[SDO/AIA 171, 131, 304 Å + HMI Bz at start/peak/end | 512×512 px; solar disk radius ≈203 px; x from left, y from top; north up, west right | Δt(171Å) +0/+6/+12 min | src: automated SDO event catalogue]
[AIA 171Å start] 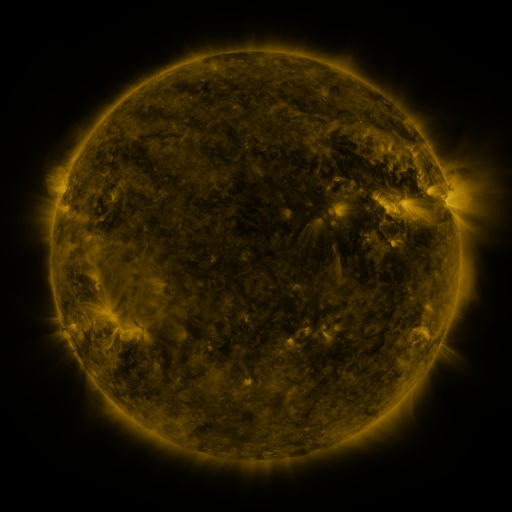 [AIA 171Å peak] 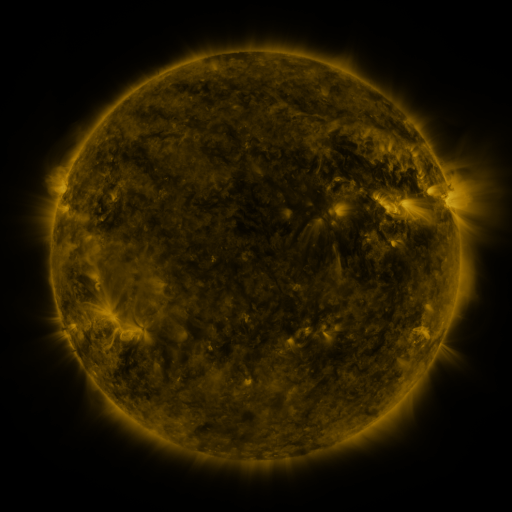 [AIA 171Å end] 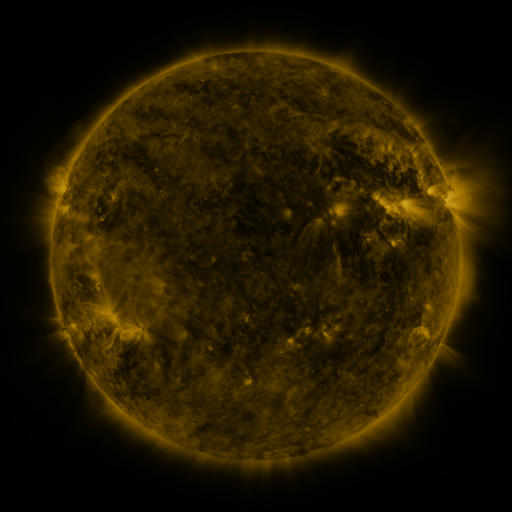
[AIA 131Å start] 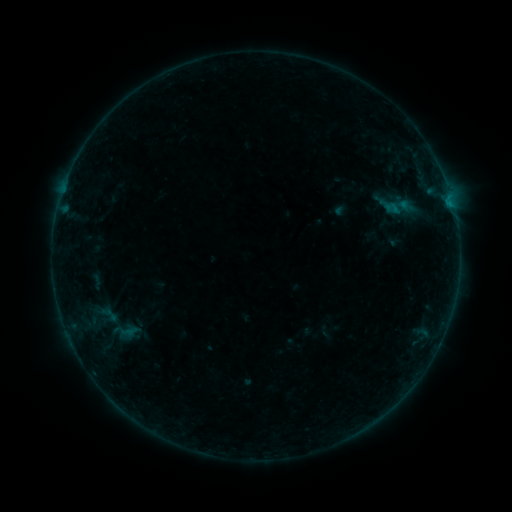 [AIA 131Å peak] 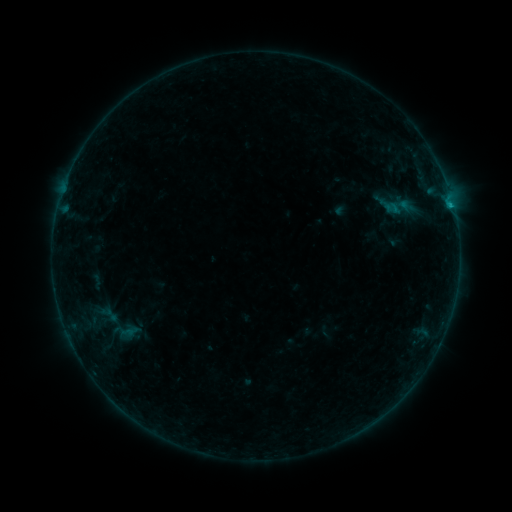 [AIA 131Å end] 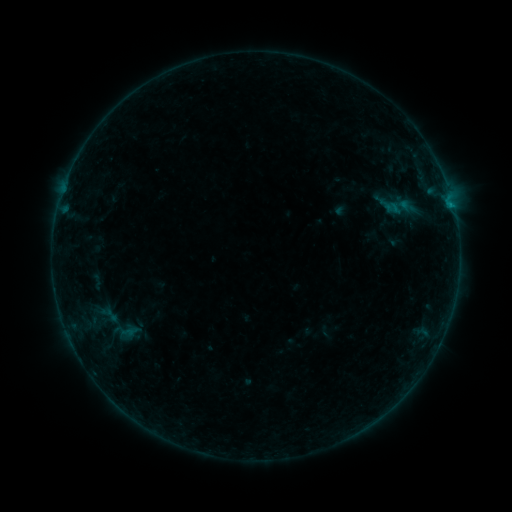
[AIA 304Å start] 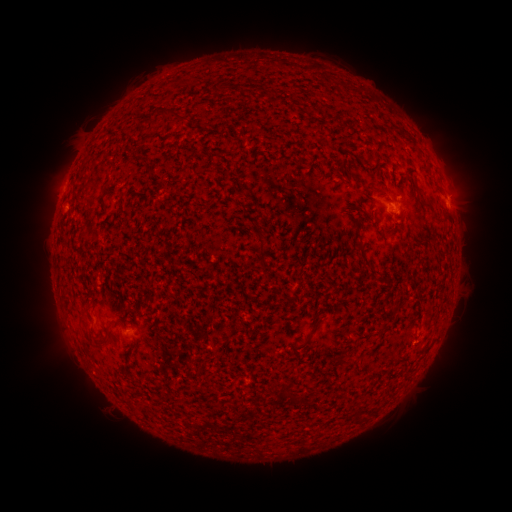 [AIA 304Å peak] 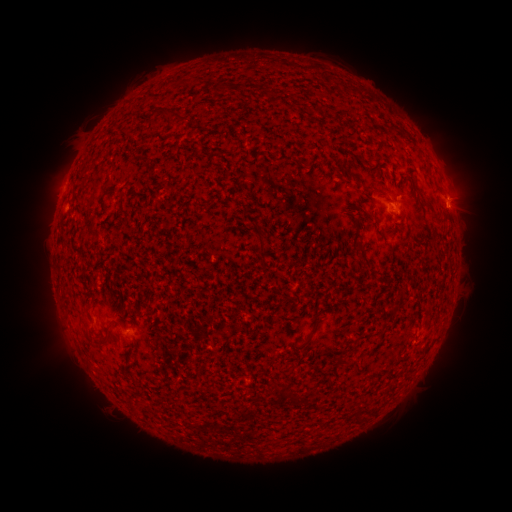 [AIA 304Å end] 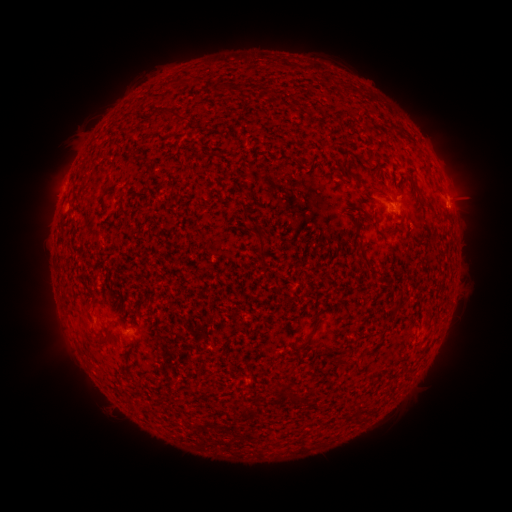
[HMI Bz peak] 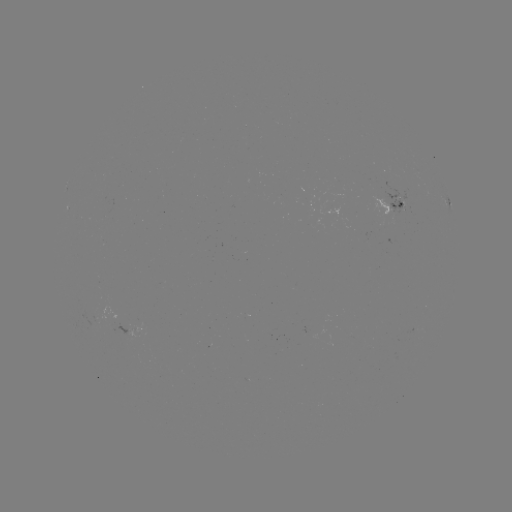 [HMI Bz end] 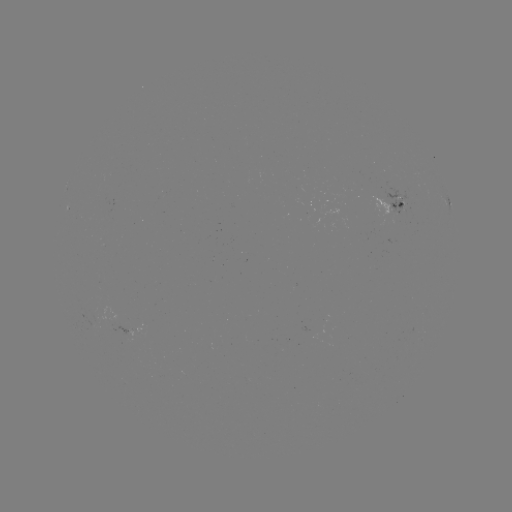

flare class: B3.5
